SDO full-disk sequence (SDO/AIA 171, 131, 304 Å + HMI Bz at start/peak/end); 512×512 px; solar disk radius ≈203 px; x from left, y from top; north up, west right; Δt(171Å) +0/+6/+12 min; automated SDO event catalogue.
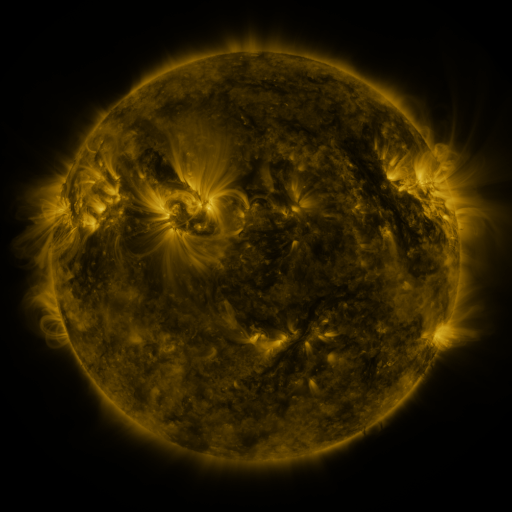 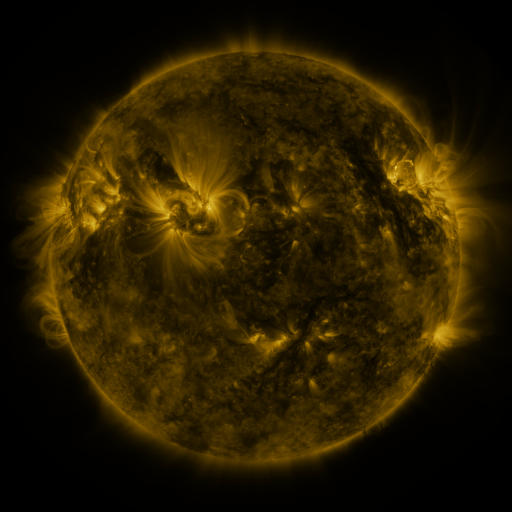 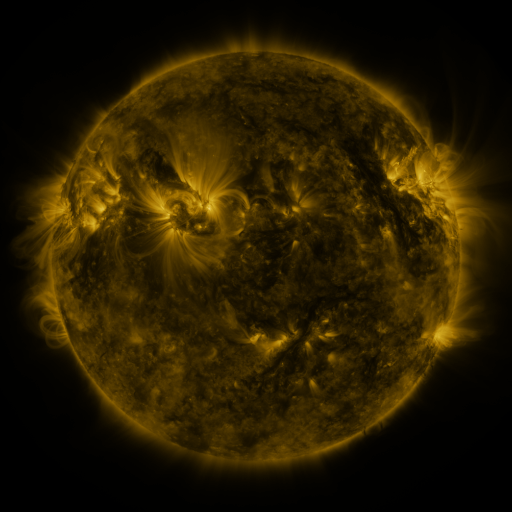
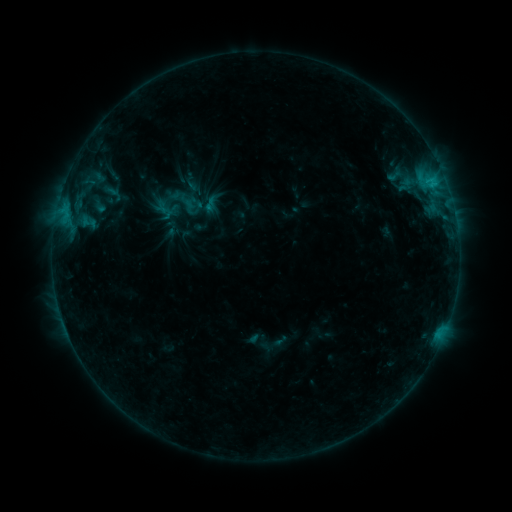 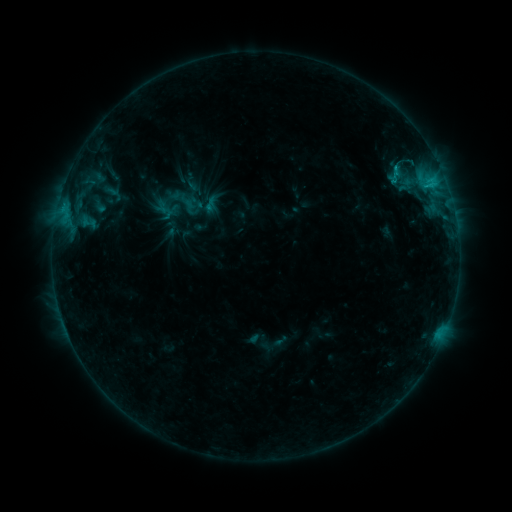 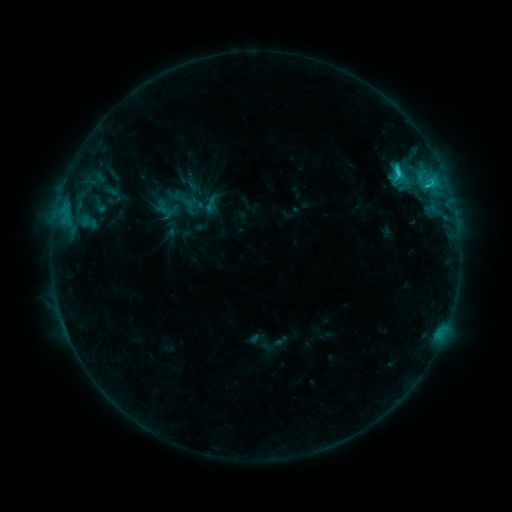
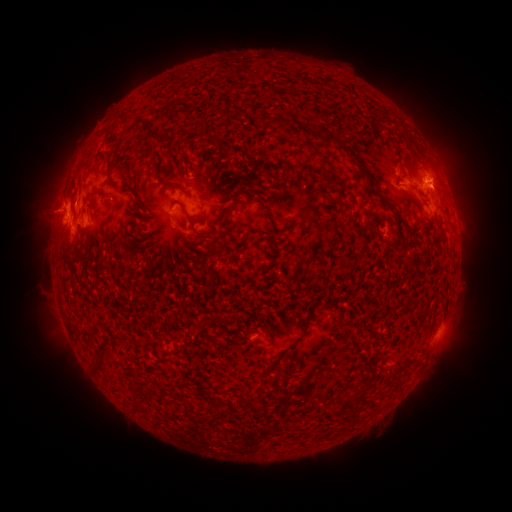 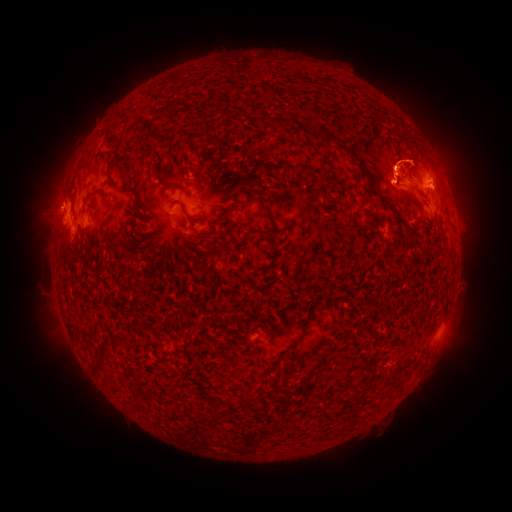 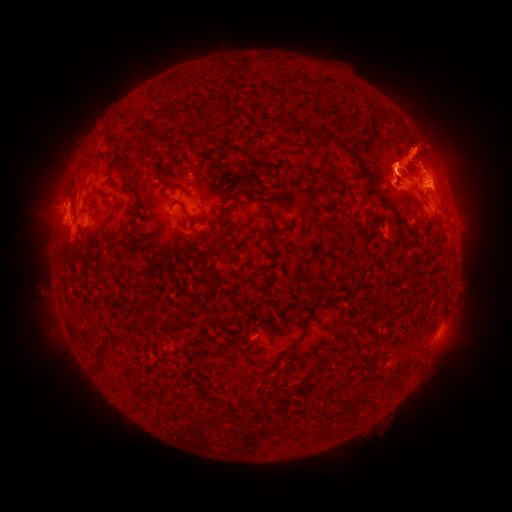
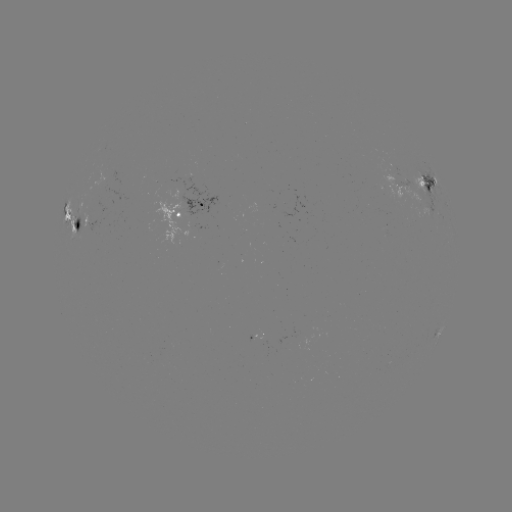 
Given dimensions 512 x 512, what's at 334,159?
eruption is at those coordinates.